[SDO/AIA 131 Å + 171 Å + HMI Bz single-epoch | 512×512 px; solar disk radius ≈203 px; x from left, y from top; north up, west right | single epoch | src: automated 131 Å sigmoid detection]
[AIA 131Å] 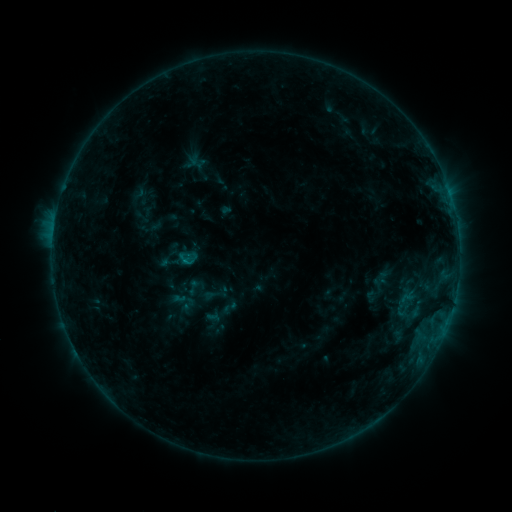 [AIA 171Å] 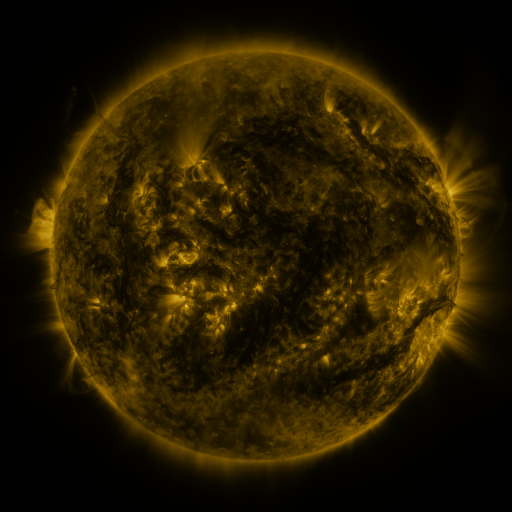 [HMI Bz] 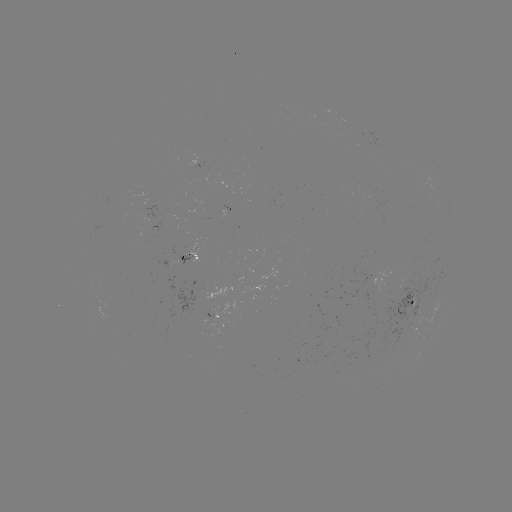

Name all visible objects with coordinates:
sigmoid: (193, 287)
sigmoid: (188, 304)
sigmoid: (229, 308)
